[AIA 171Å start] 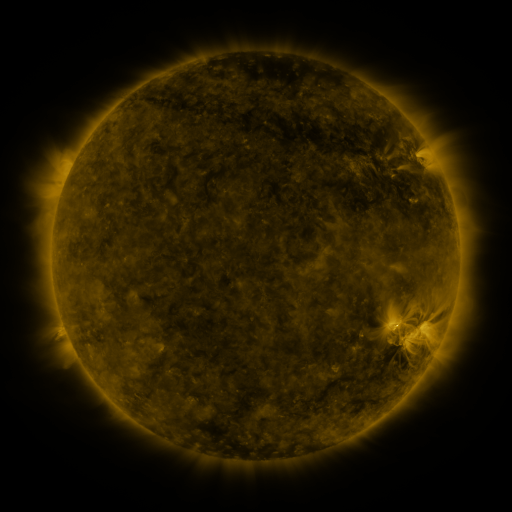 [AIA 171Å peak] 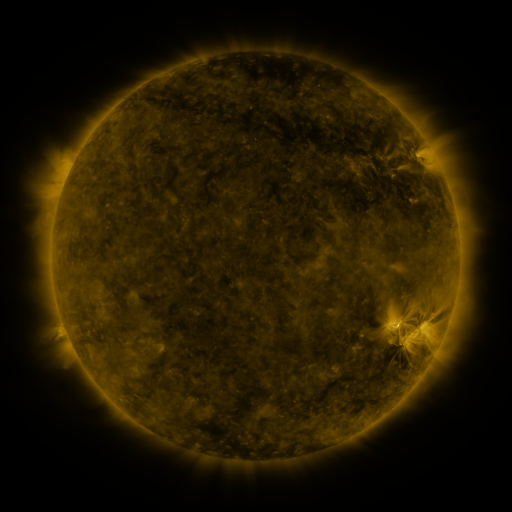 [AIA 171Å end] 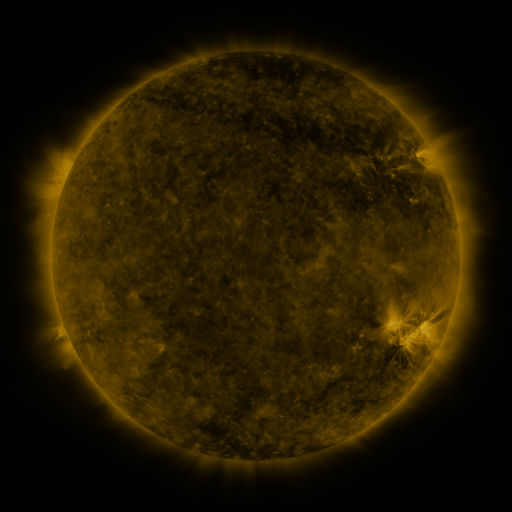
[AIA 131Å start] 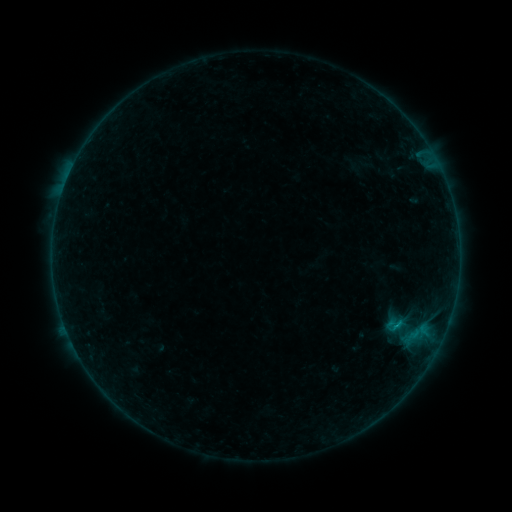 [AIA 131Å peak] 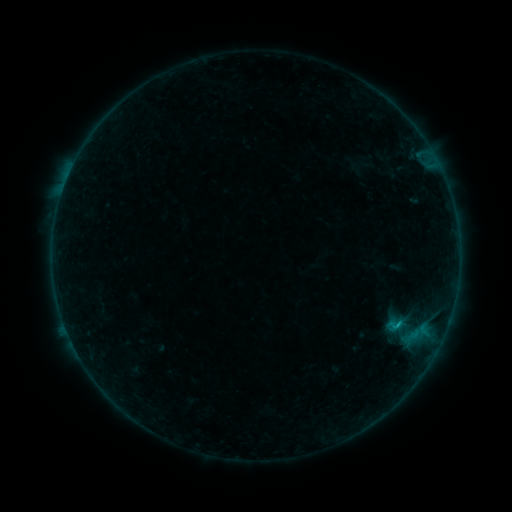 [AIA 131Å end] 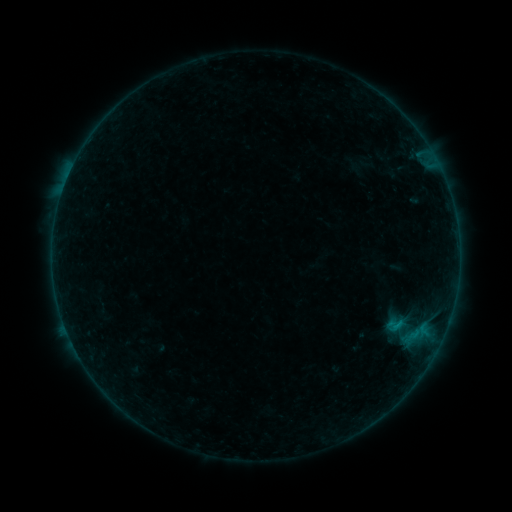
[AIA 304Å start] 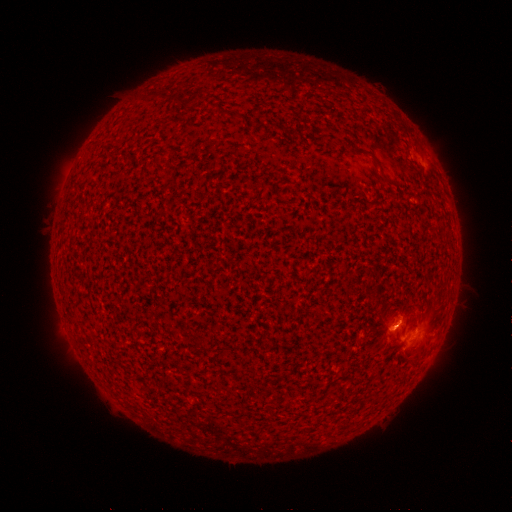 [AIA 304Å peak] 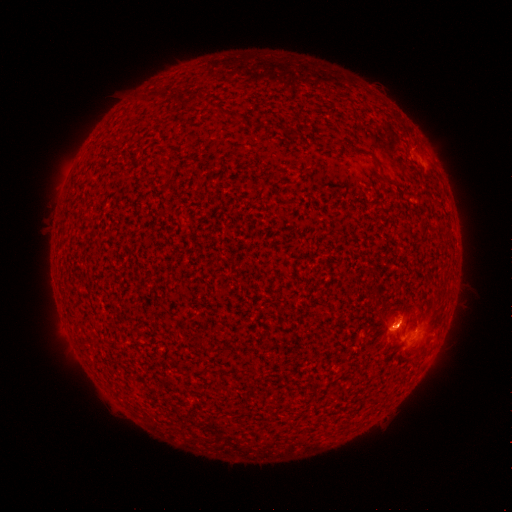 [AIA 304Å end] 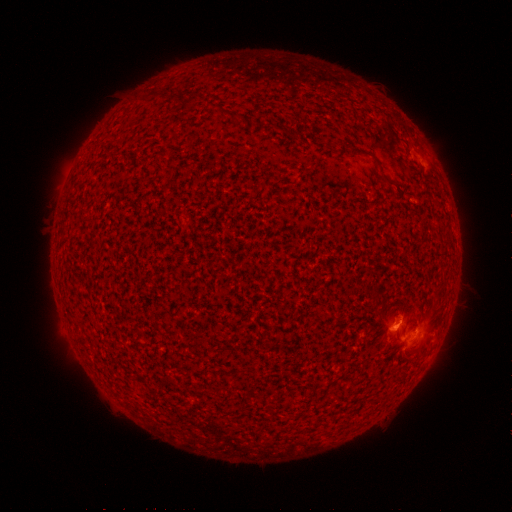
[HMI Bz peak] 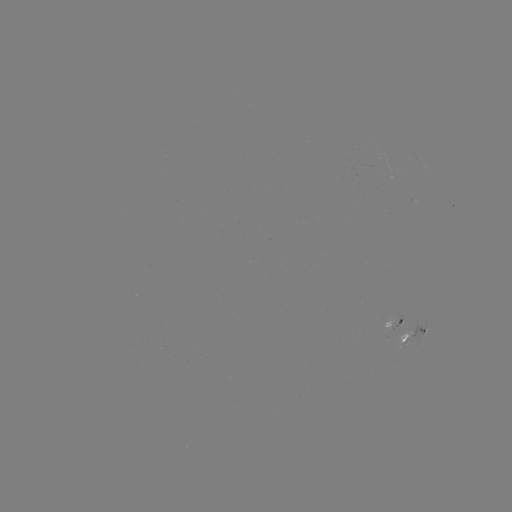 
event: flare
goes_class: B3.5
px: (399, 322)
